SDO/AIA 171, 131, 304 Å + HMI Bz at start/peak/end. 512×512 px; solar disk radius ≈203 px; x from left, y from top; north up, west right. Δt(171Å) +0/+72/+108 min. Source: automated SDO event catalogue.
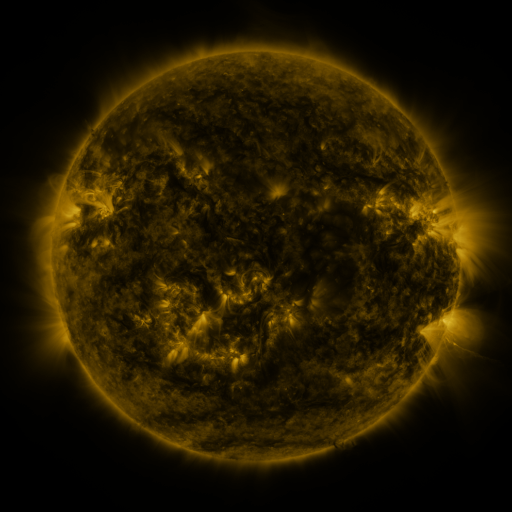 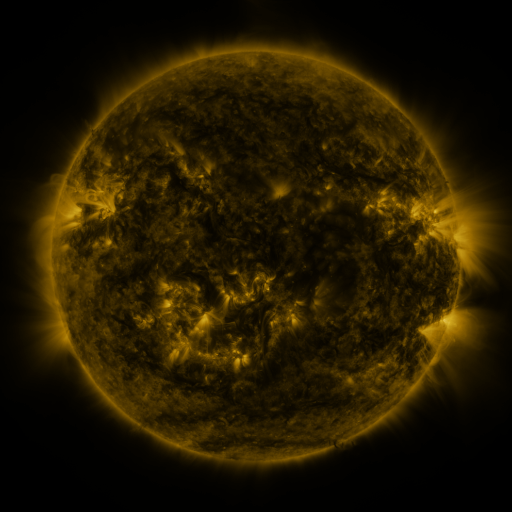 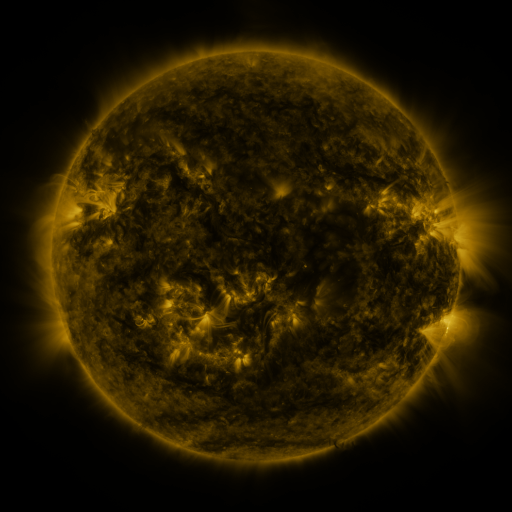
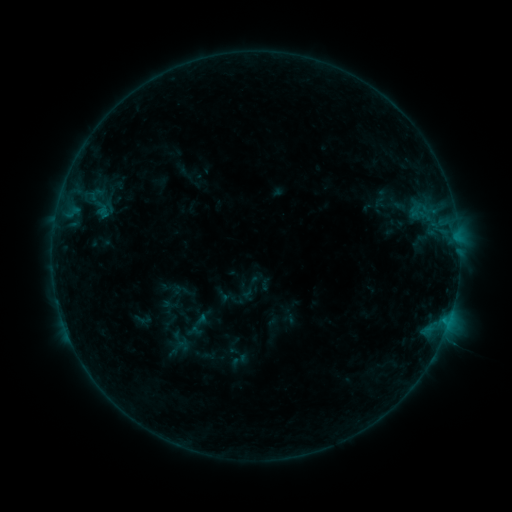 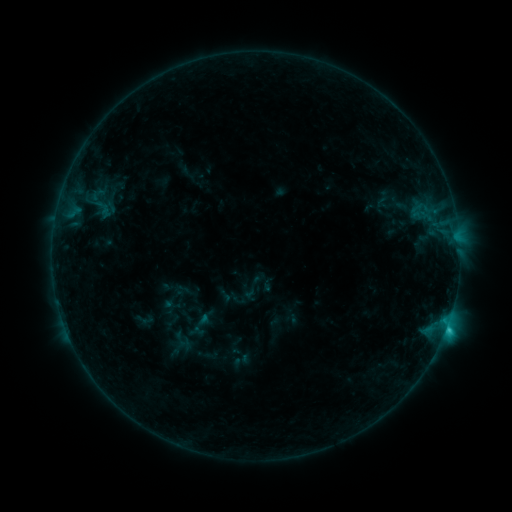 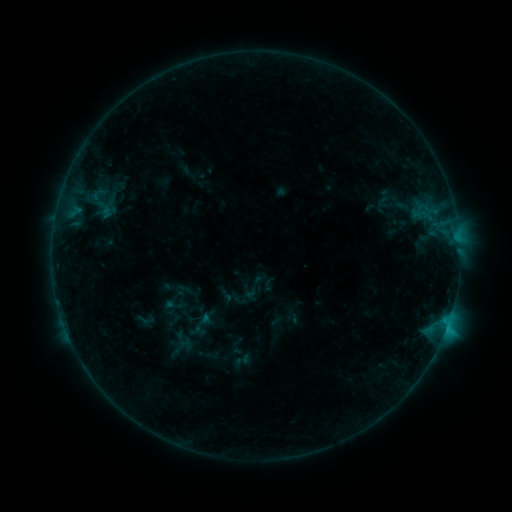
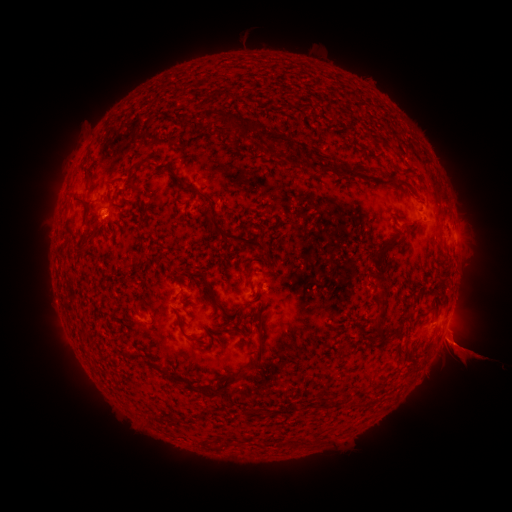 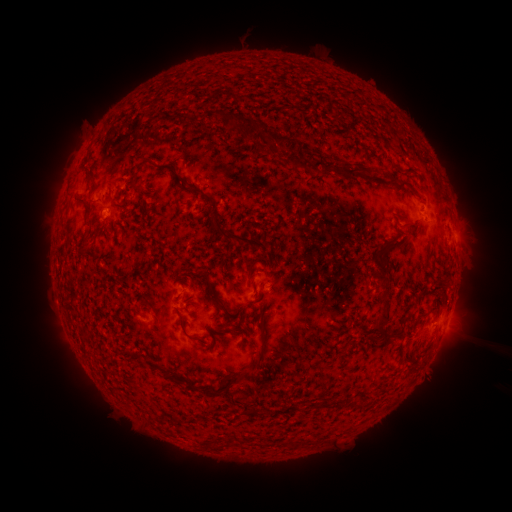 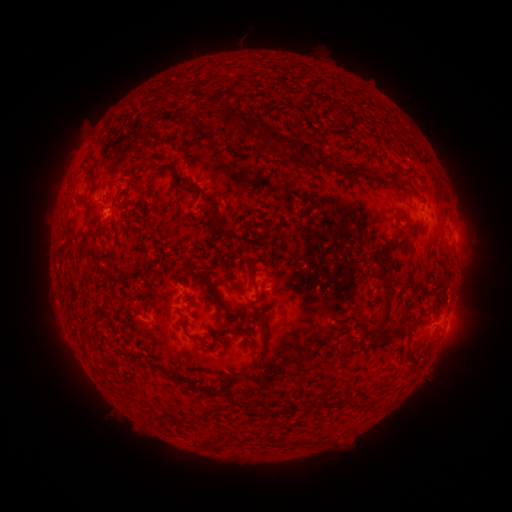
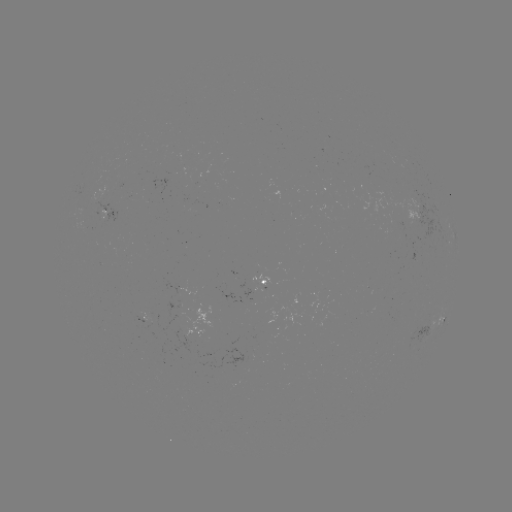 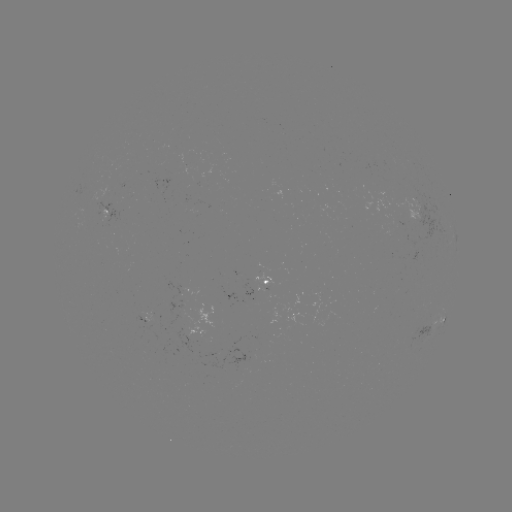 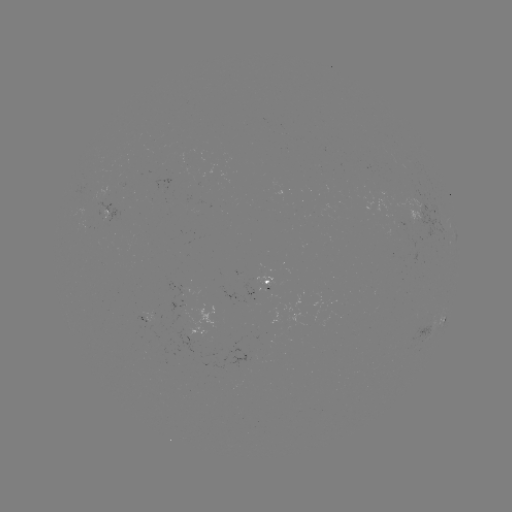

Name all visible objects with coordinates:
emerging-flux region: (400, 226)
